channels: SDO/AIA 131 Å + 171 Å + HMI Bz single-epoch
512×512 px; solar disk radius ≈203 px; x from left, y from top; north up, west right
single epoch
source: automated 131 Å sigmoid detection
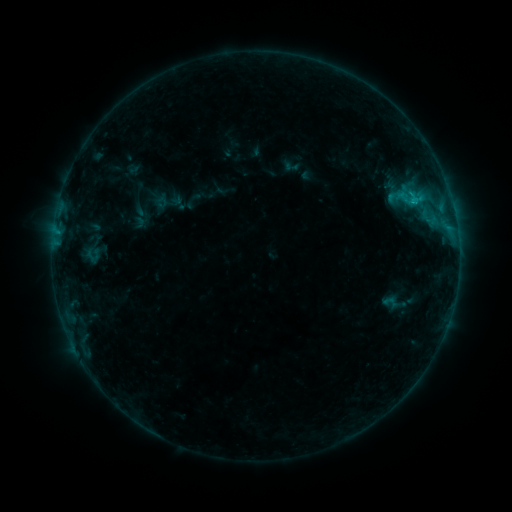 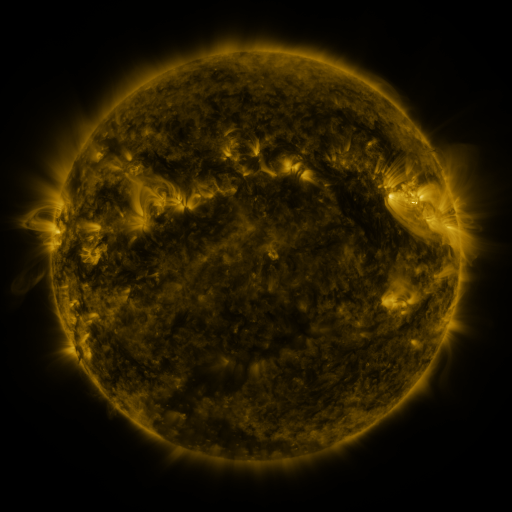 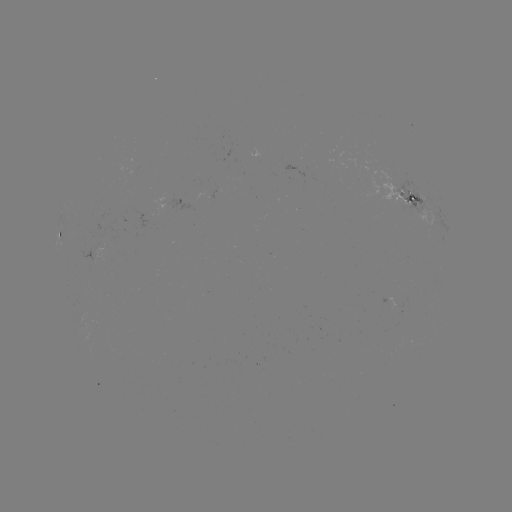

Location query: sigmoid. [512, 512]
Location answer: [391, 302].